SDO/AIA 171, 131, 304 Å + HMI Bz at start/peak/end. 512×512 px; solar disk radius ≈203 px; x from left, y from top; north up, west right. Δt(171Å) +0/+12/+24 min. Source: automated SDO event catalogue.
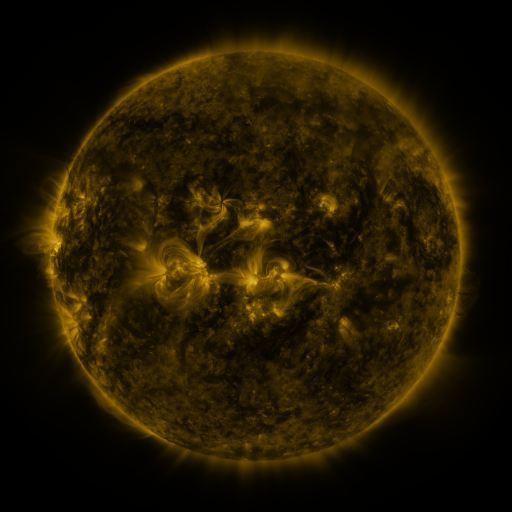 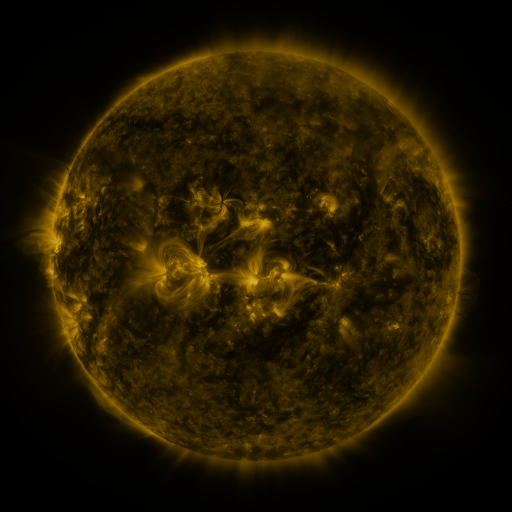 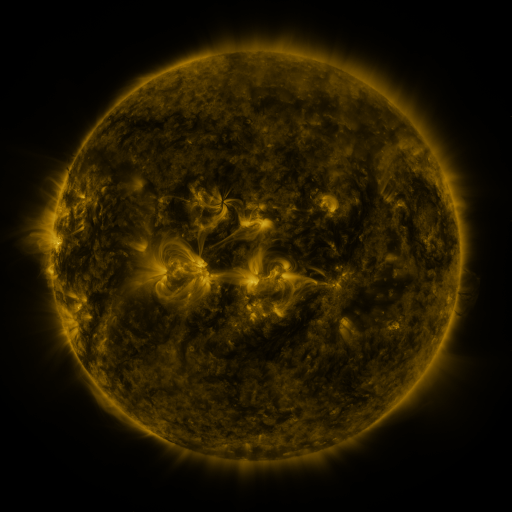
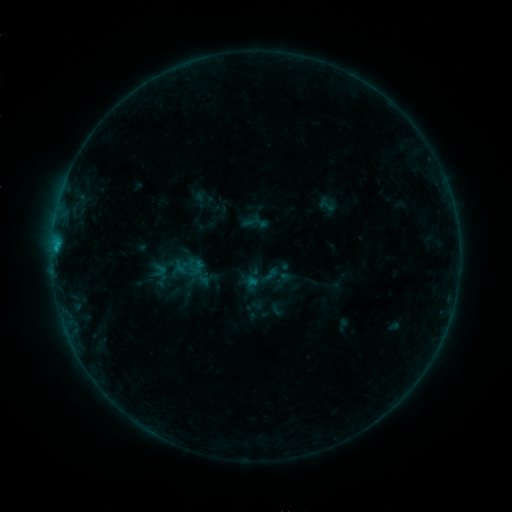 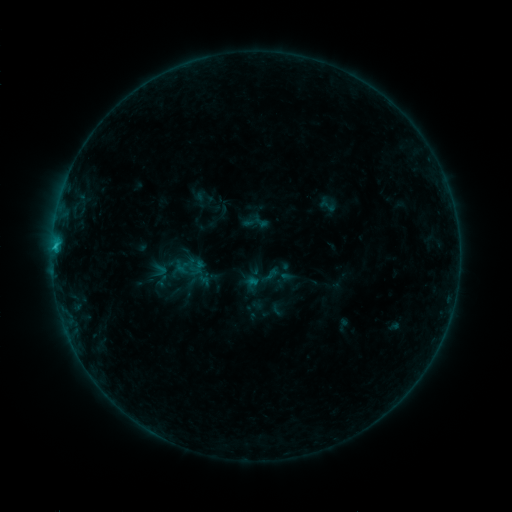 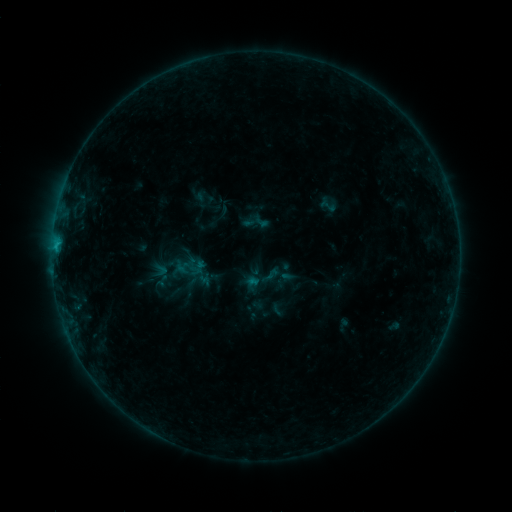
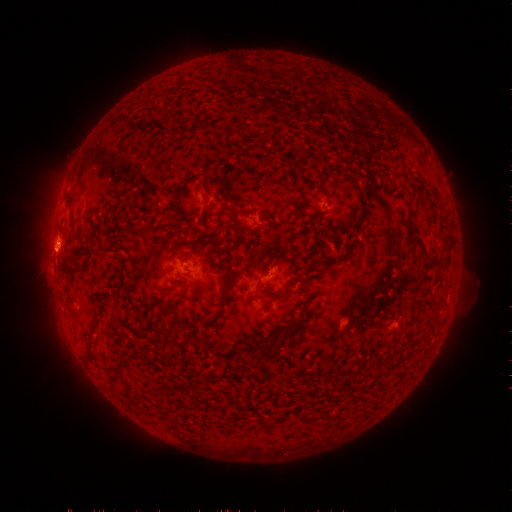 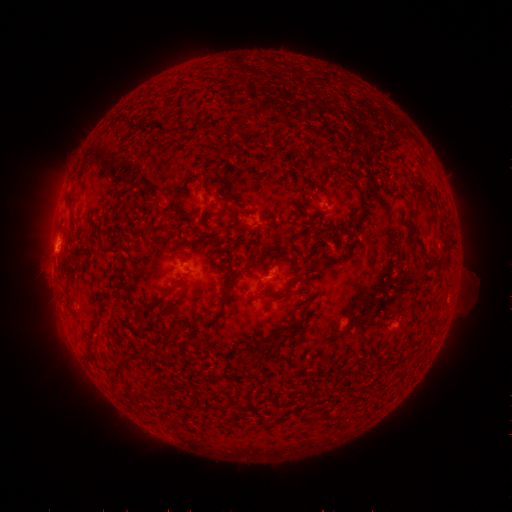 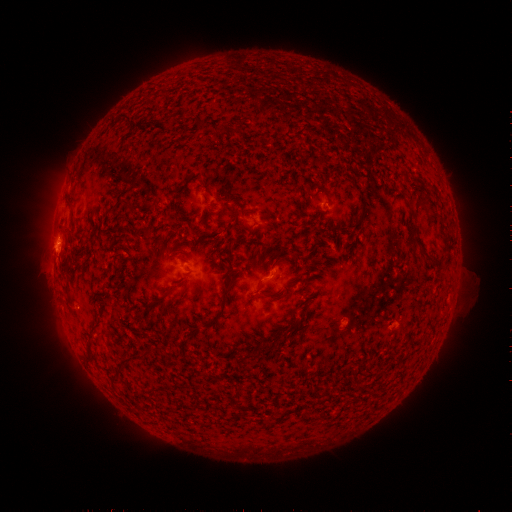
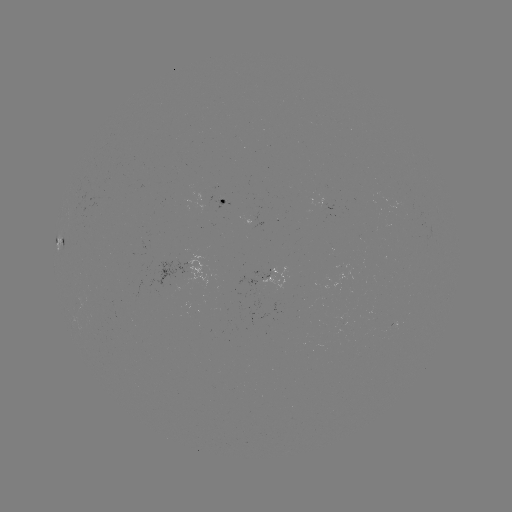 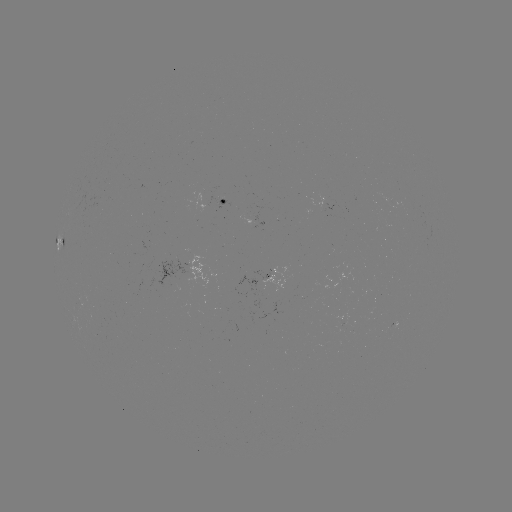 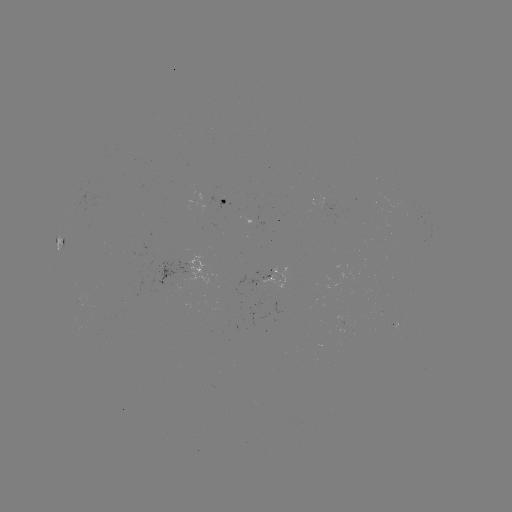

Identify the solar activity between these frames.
B7.0 flare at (71, 202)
